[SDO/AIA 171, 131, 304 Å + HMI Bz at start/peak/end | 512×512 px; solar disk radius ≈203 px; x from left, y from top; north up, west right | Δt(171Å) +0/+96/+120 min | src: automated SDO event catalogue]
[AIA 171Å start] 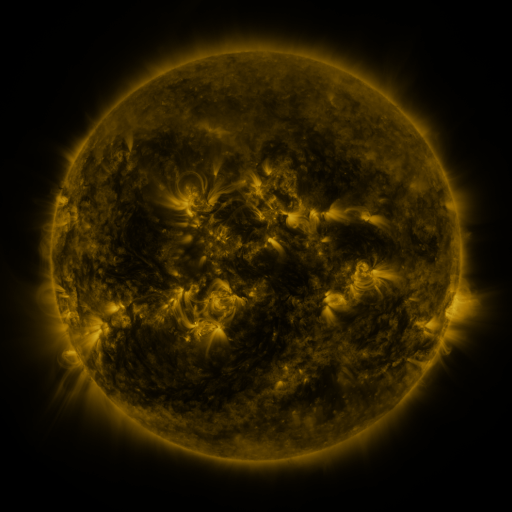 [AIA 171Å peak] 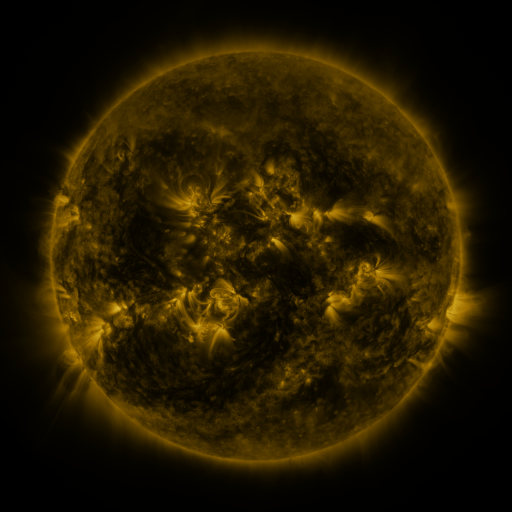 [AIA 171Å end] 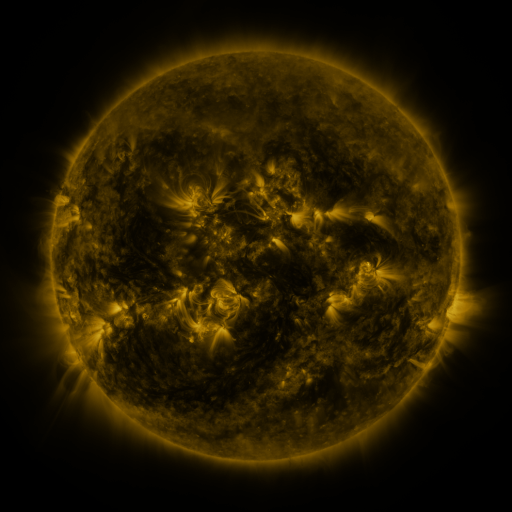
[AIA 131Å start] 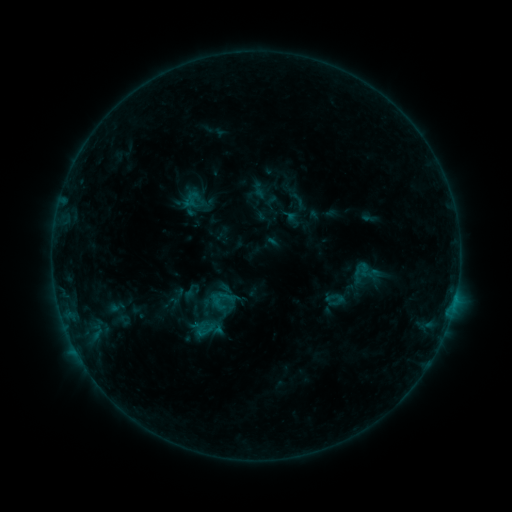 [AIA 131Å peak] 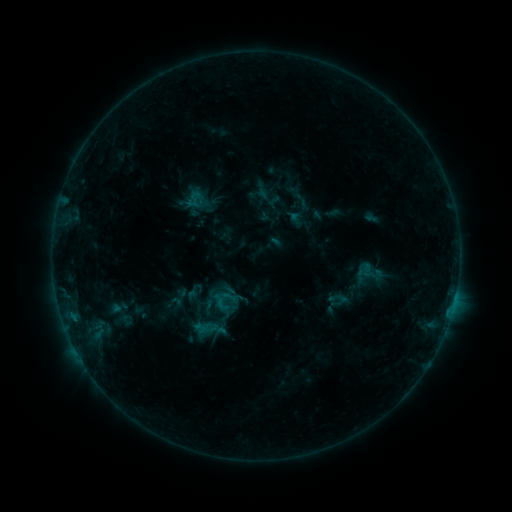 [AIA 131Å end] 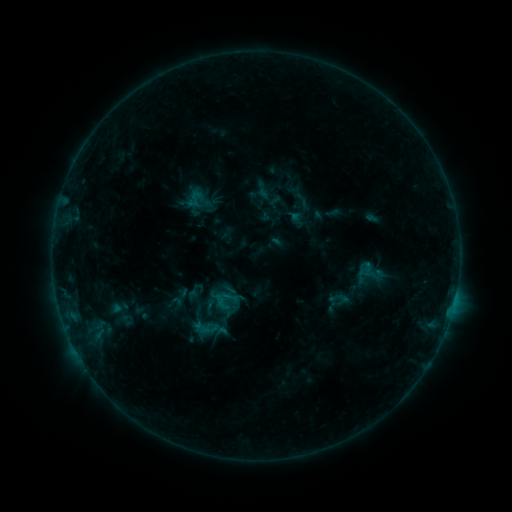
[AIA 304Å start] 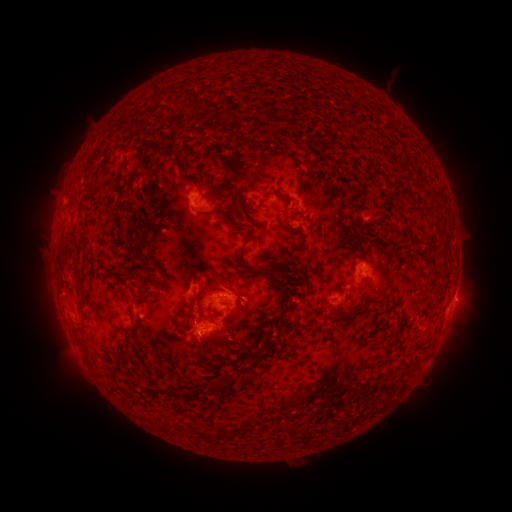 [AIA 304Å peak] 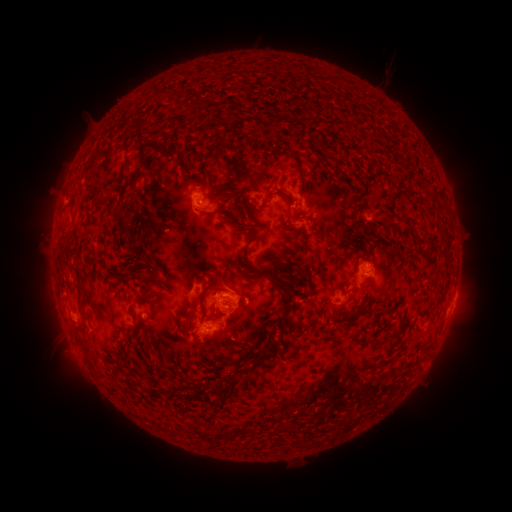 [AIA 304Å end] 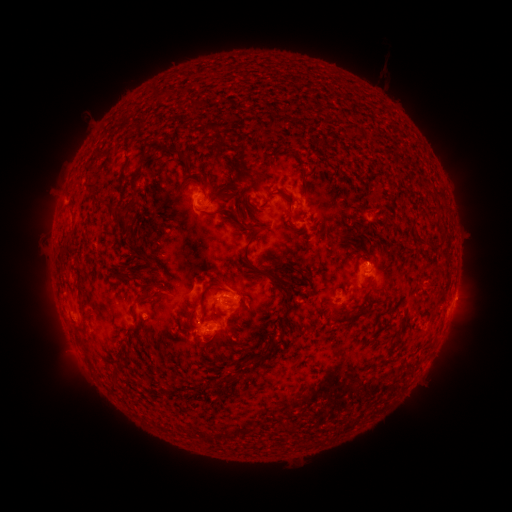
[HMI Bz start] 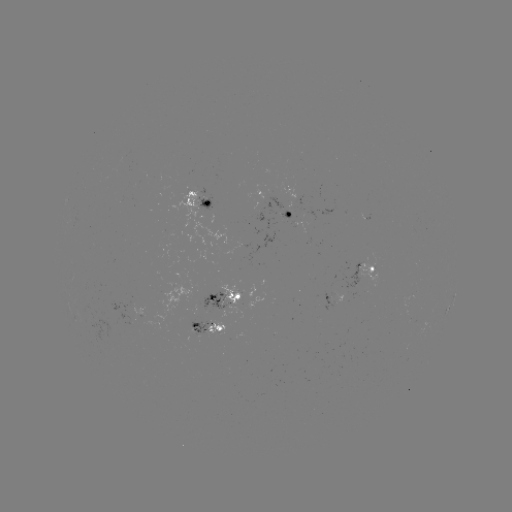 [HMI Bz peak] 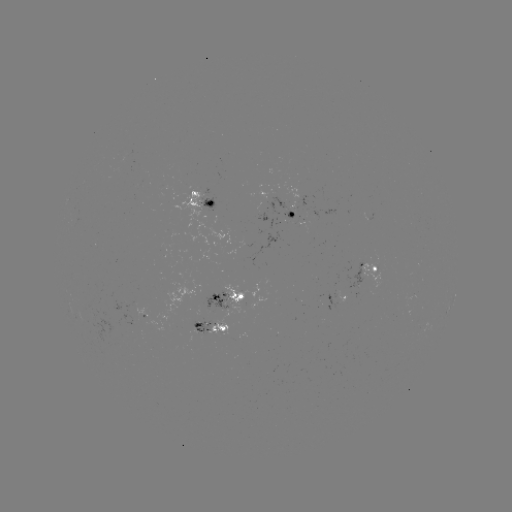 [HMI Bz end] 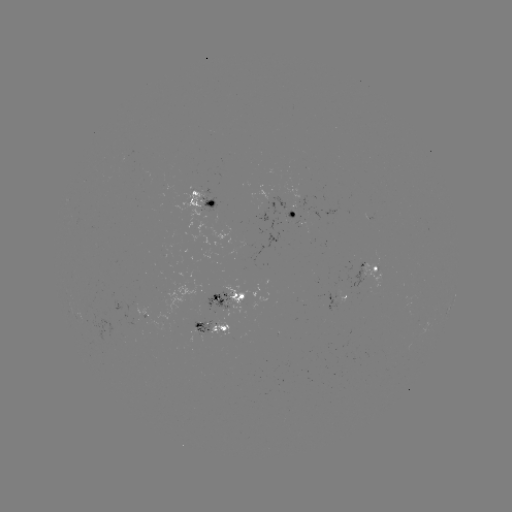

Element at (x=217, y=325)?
emerging-flux region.